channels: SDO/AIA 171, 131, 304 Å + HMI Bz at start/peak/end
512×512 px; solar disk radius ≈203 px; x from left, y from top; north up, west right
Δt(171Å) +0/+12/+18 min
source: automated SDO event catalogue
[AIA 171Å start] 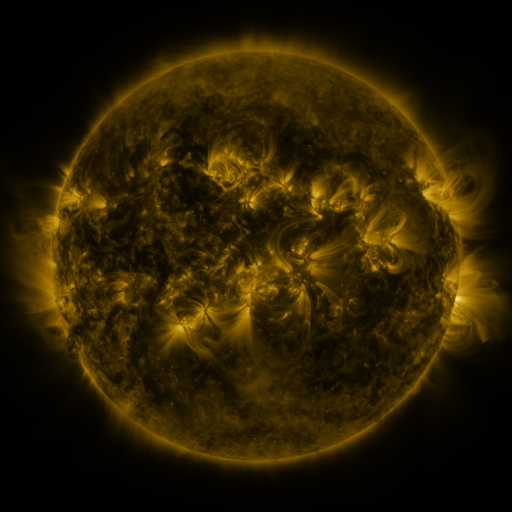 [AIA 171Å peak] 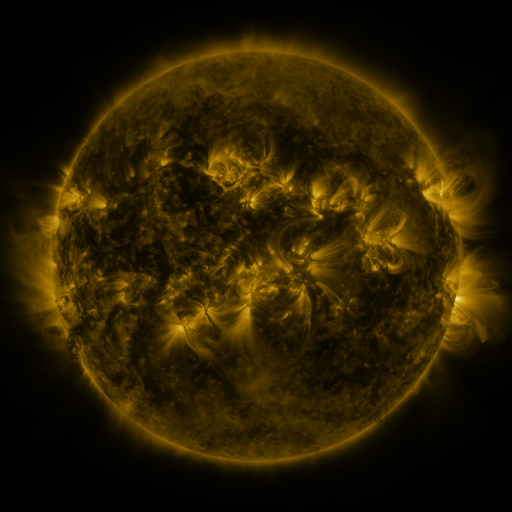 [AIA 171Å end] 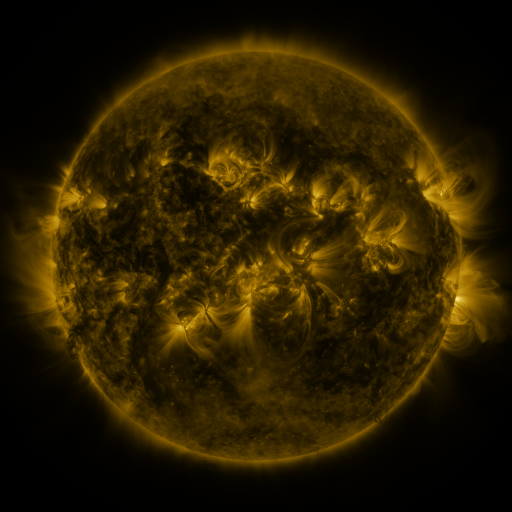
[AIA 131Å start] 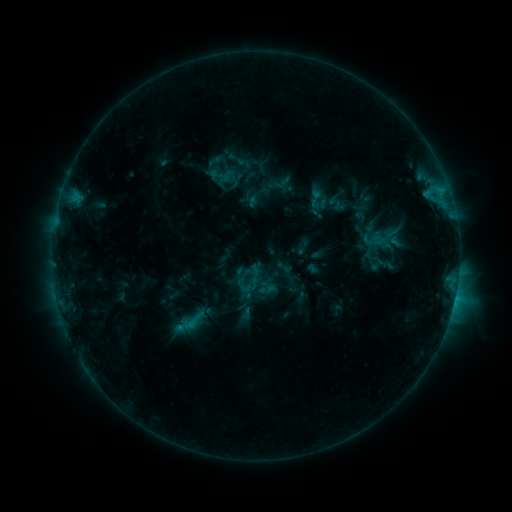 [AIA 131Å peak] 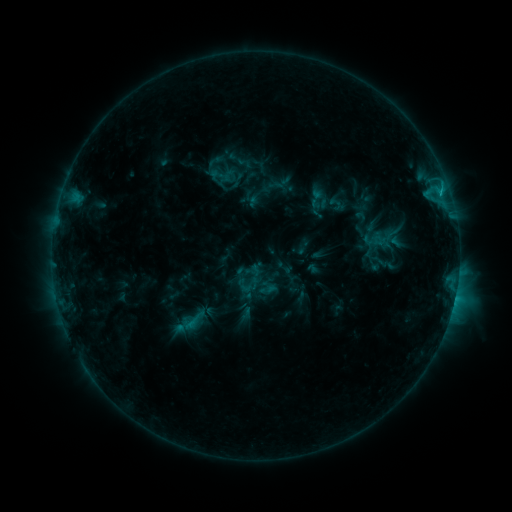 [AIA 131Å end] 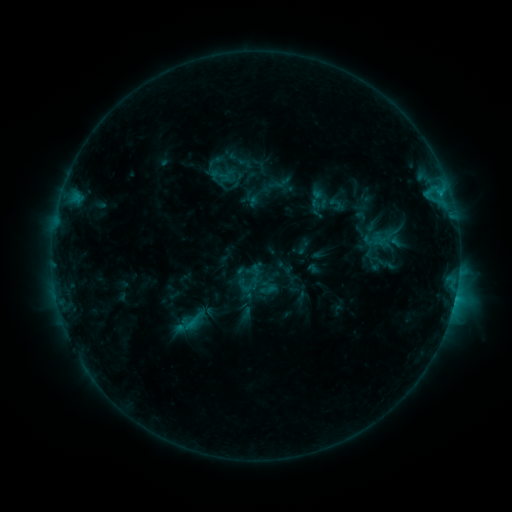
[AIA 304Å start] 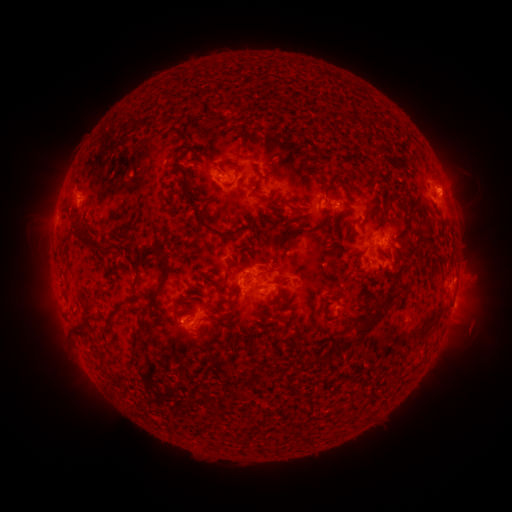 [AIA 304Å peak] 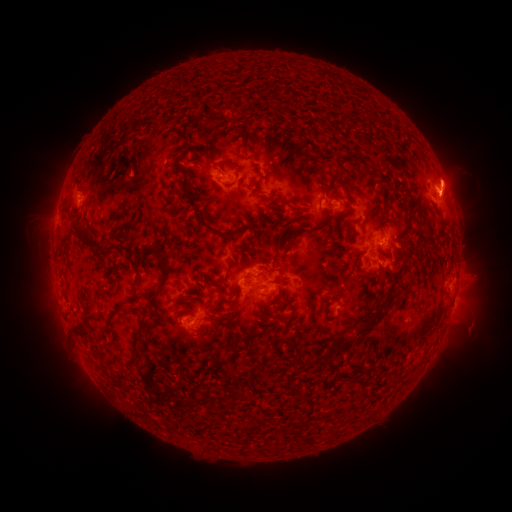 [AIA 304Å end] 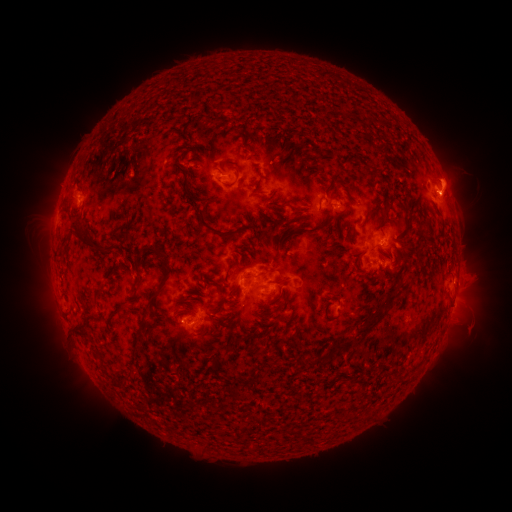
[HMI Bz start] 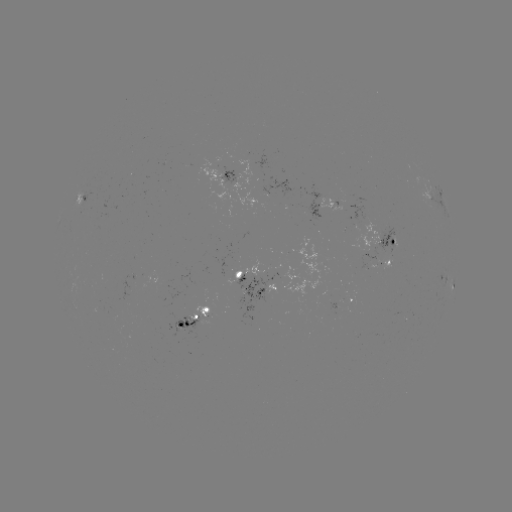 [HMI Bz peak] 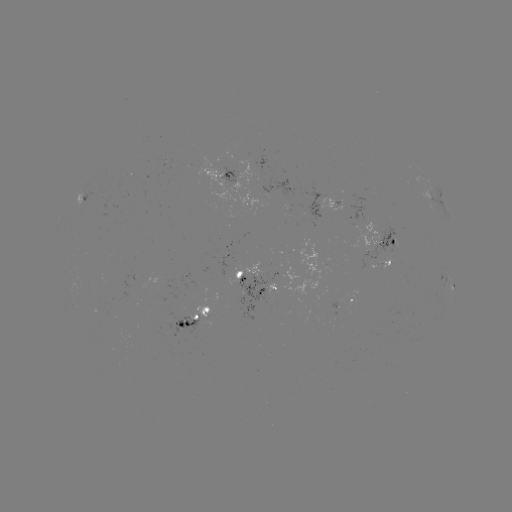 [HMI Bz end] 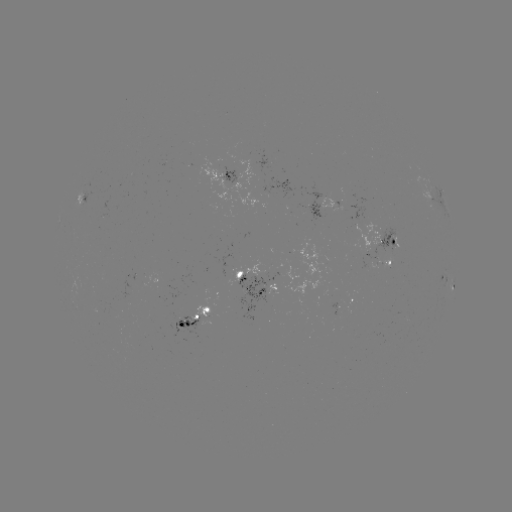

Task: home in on eruption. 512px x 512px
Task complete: (451, 182).